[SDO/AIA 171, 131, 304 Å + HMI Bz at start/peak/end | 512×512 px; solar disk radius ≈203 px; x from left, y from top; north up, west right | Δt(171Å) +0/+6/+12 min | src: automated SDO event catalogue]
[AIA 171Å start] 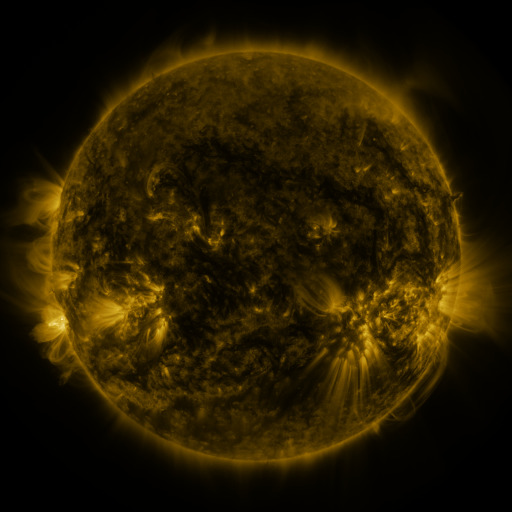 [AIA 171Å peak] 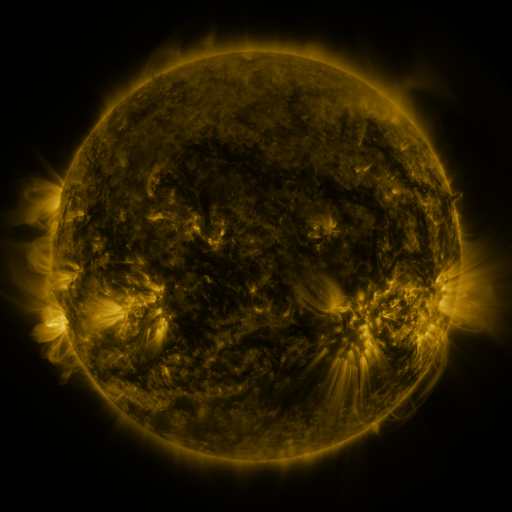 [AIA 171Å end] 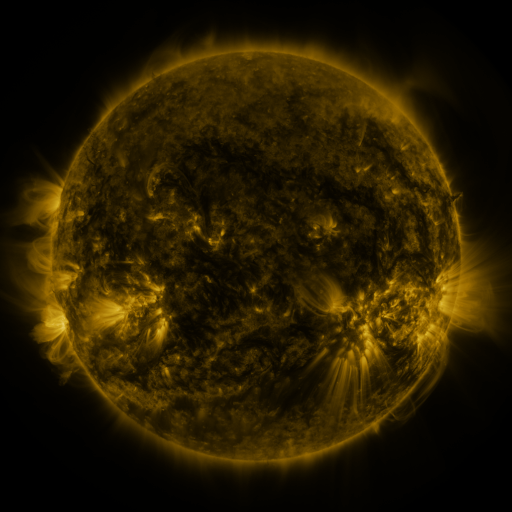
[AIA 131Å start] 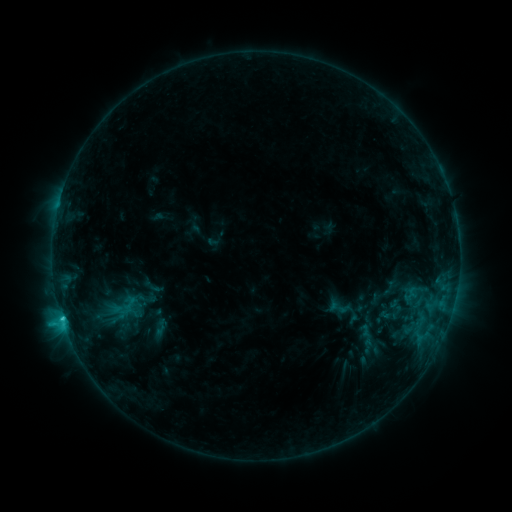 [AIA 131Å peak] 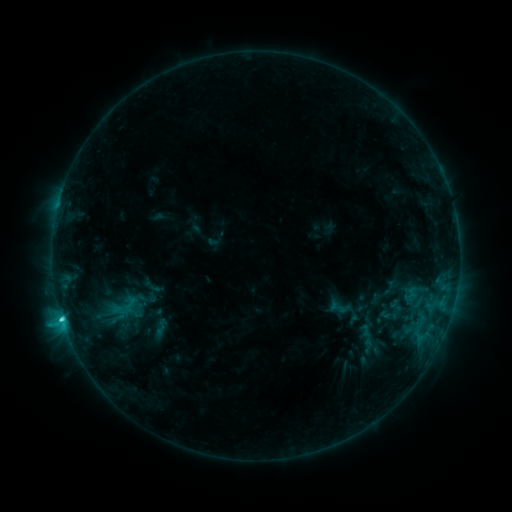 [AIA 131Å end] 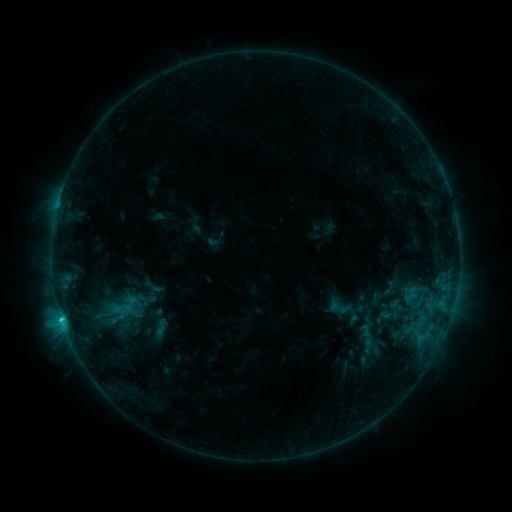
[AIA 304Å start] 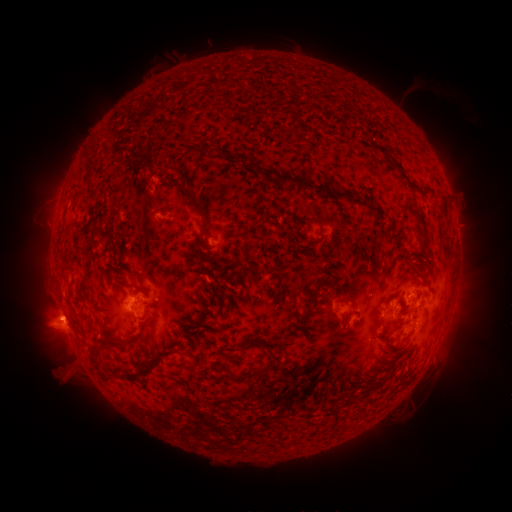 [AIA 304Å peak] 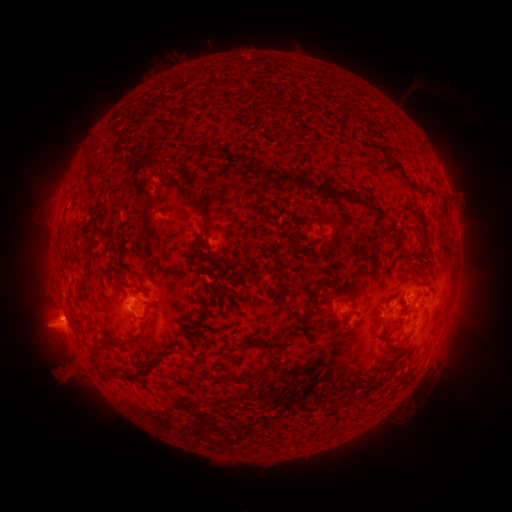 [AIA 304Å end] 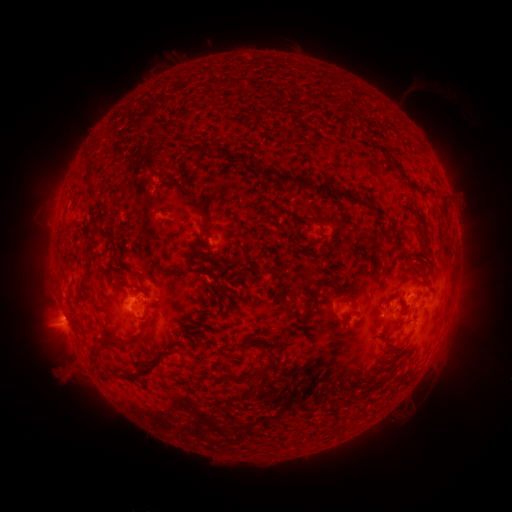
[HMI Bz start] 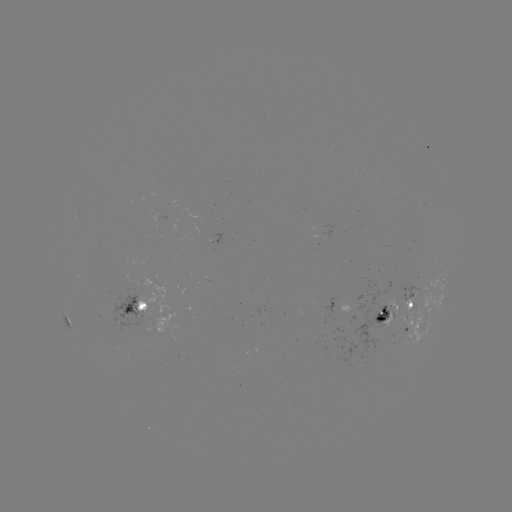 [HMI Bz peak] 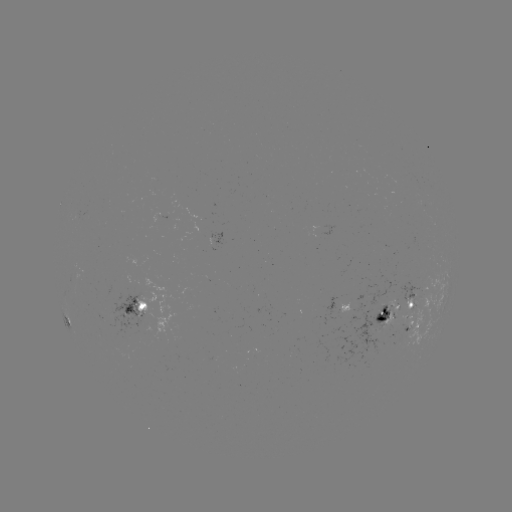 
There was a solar eruption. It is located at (54, 321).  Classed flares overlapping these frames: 1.